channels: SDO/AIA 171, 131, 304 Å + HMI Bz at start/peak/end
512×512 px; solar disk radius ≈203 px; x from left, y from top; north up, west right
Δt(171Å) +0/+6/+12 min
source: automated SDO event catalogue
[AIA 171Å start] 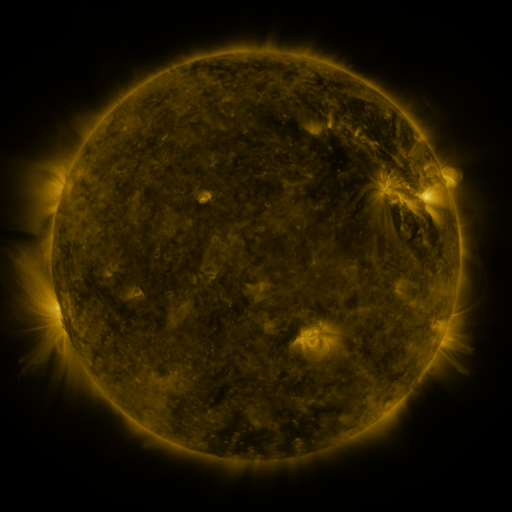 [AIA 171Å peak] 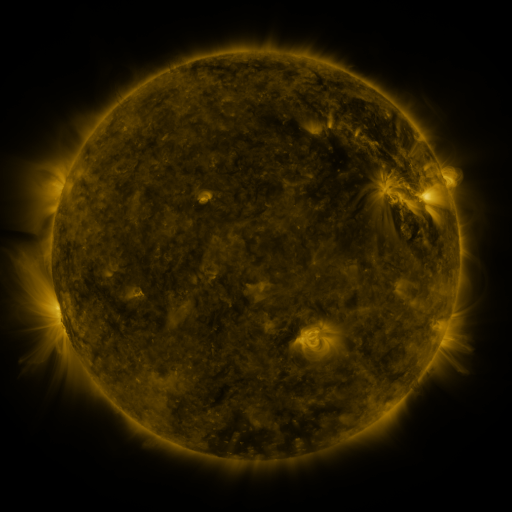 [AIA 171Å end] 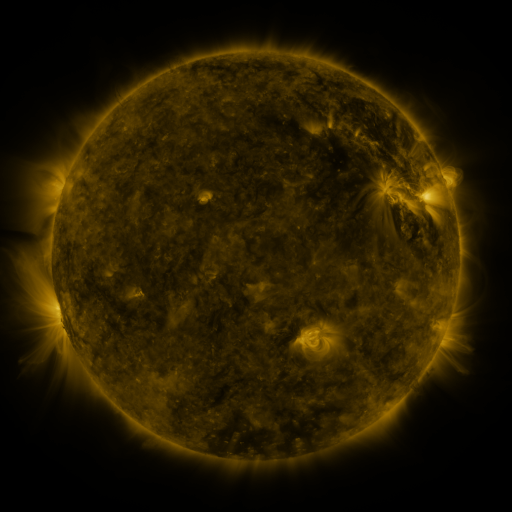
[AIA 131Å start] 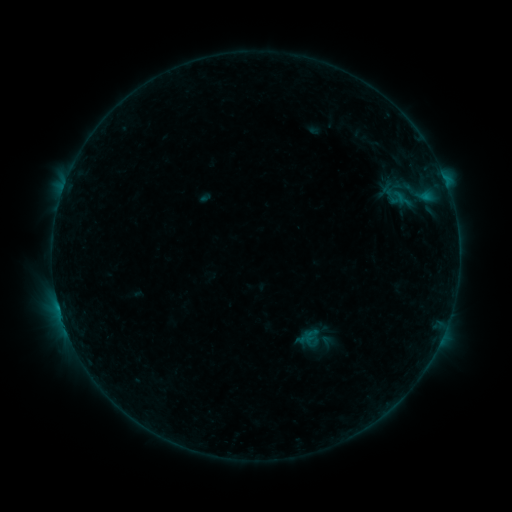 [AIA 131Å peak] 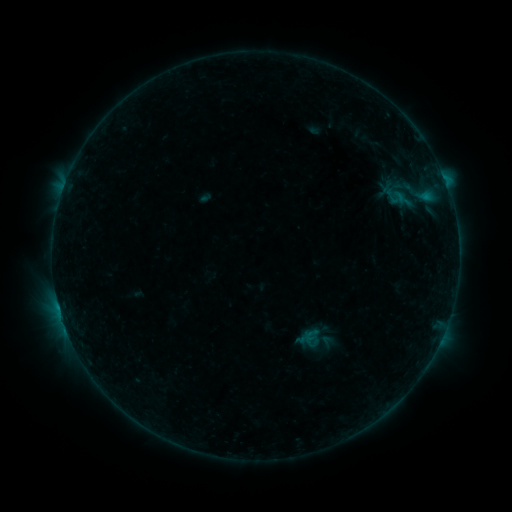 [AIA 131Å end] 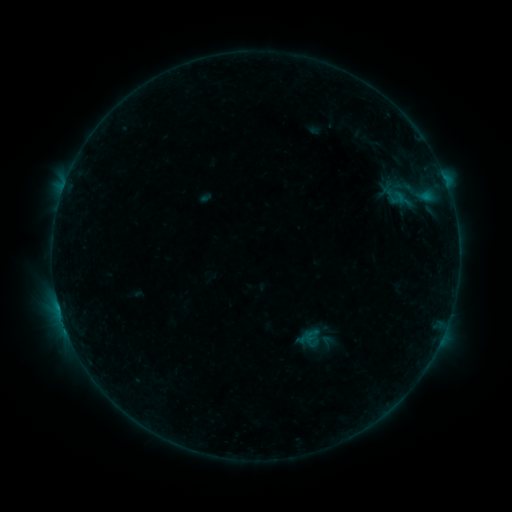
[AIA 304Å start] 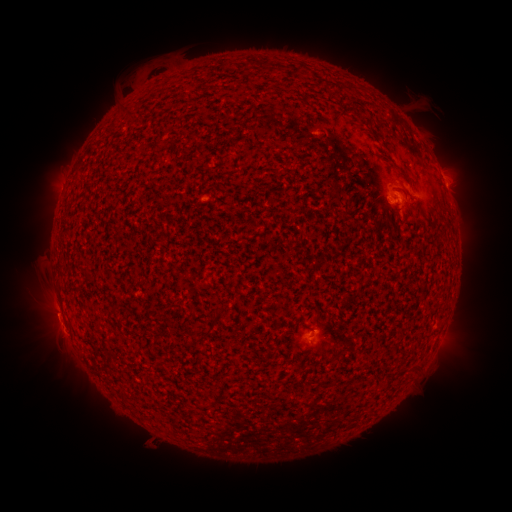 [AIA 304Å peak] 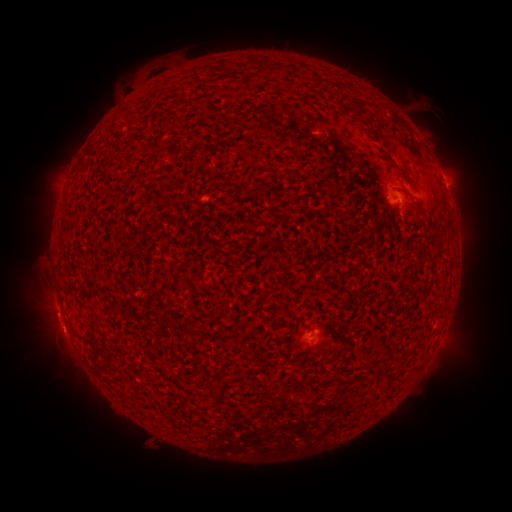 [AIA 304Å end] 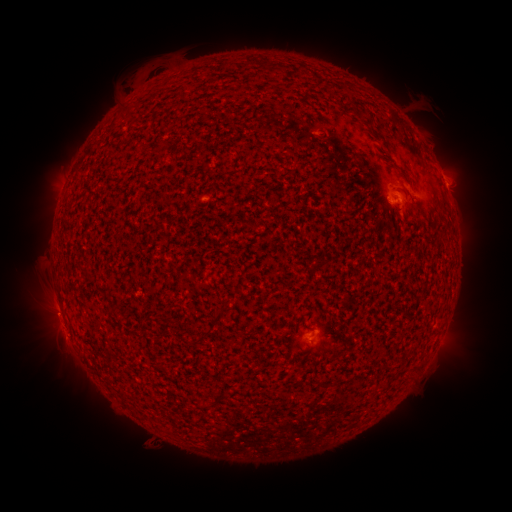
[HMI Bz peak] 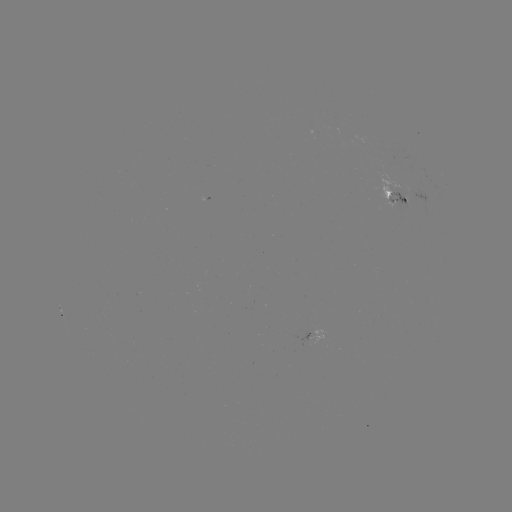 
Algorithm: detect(eruption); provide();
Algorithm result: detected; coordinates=60,342